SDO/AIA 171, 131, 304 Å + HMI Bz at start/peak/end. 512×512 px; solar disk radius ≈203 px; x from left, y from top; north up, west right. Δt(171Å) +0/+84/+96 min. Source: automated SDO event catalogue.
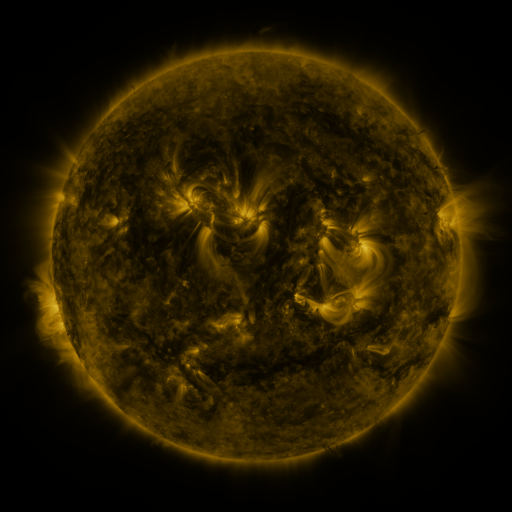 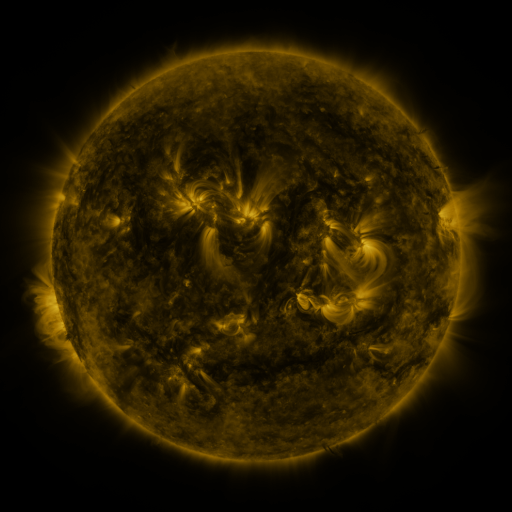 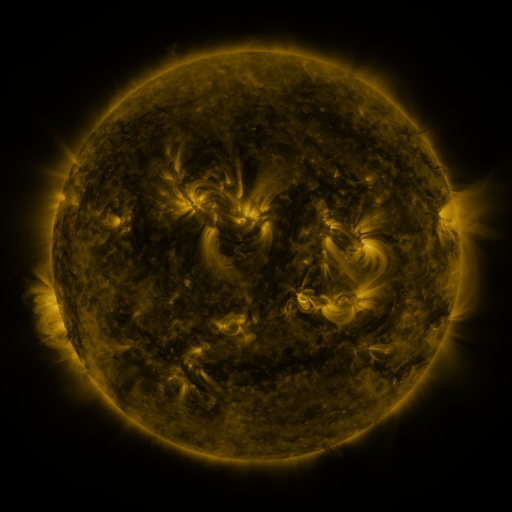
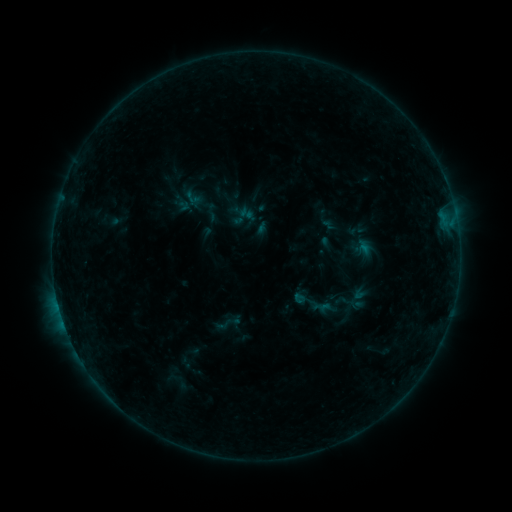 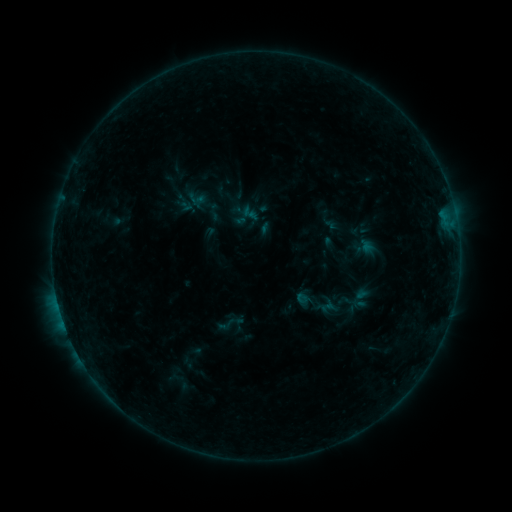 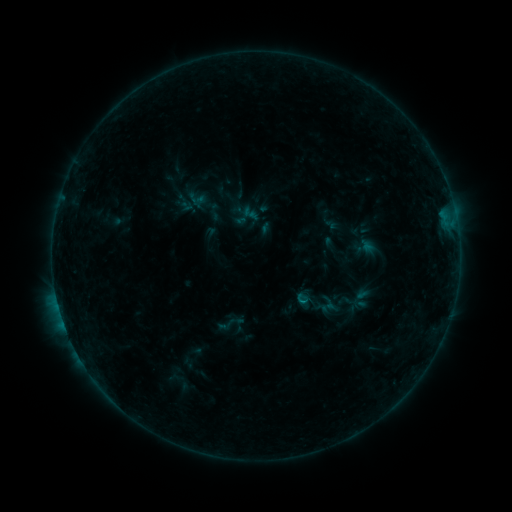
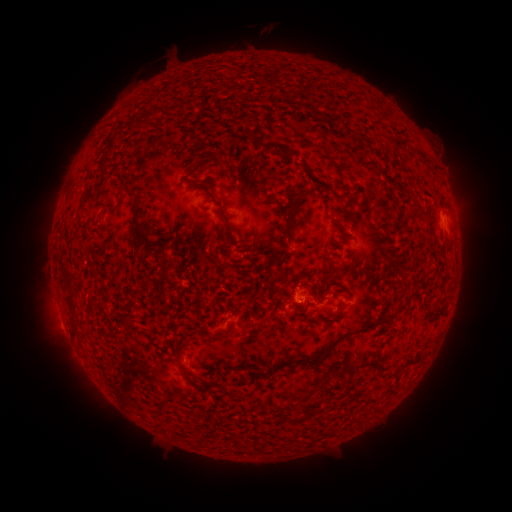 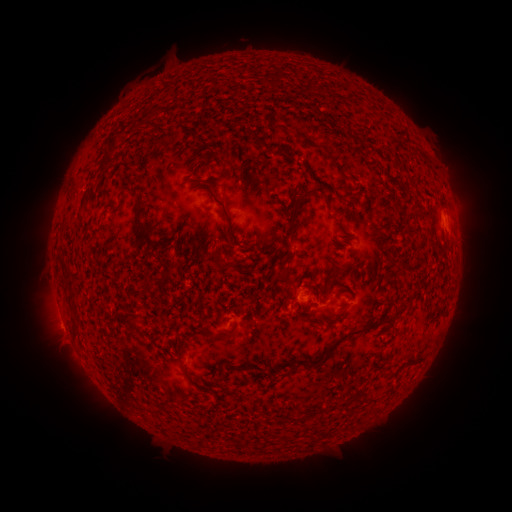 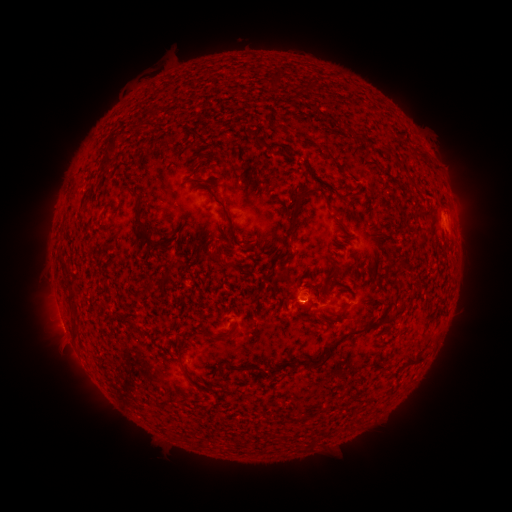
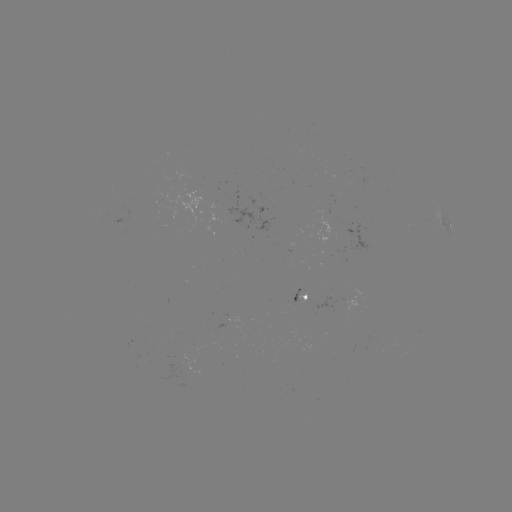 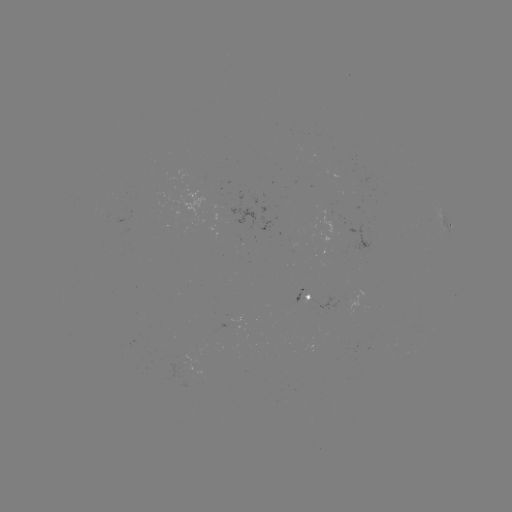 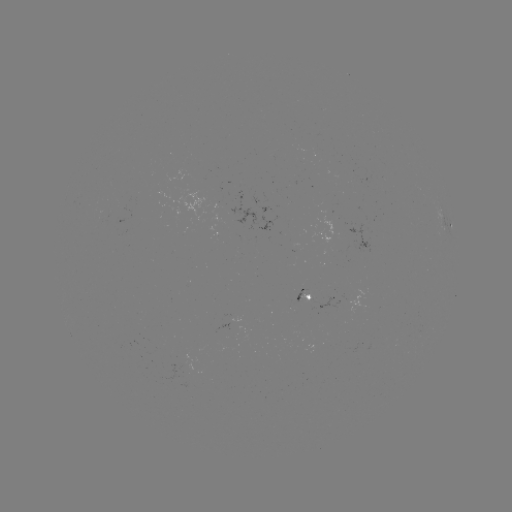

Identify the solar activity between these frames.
emerging-flux region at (301, 292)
